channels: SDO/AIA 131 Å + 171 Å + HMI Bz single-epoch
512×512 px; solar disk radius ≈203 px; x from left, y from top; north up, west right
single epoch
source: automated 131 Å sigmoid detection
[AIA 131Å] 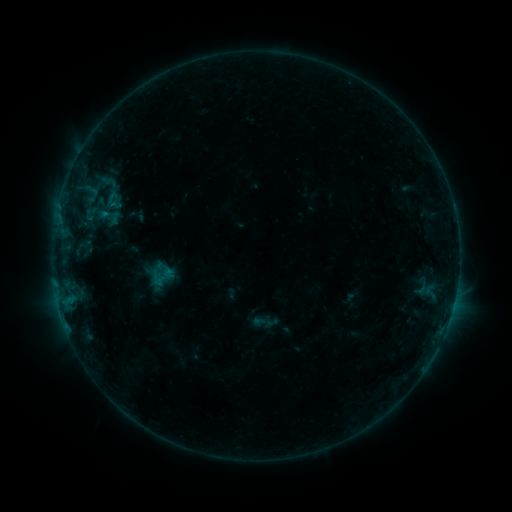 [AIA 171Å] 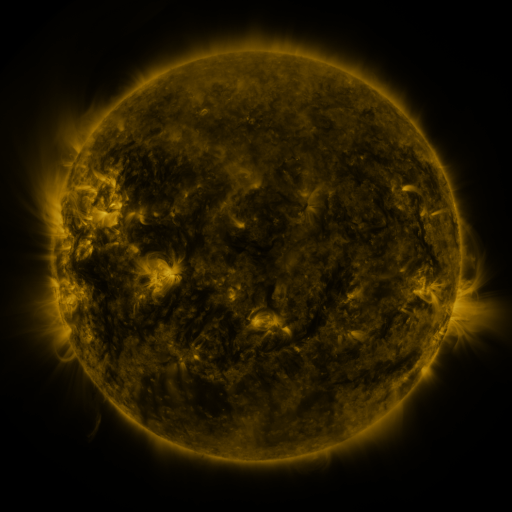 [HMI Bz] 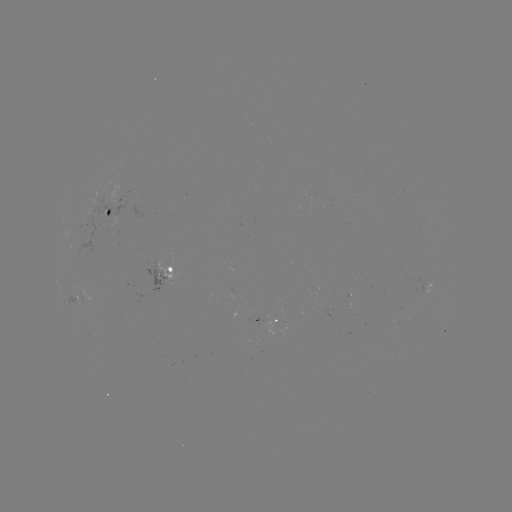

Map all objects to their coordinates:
sigmoid: (111, 191)
sigmoid: (262, 322)
